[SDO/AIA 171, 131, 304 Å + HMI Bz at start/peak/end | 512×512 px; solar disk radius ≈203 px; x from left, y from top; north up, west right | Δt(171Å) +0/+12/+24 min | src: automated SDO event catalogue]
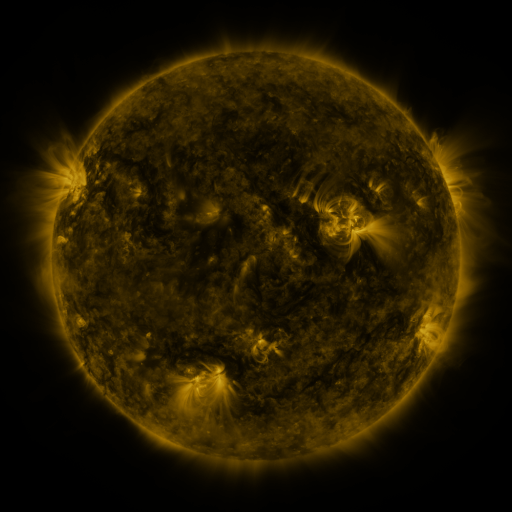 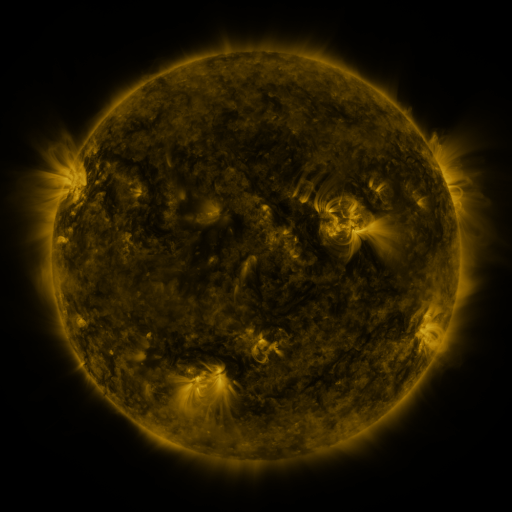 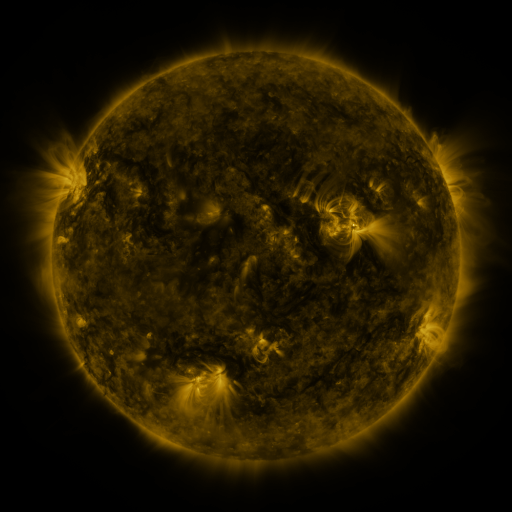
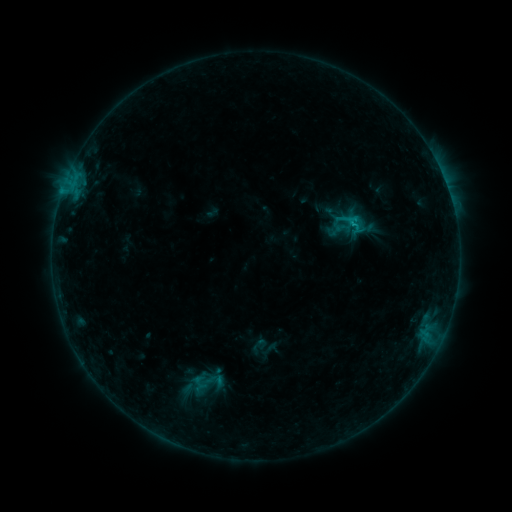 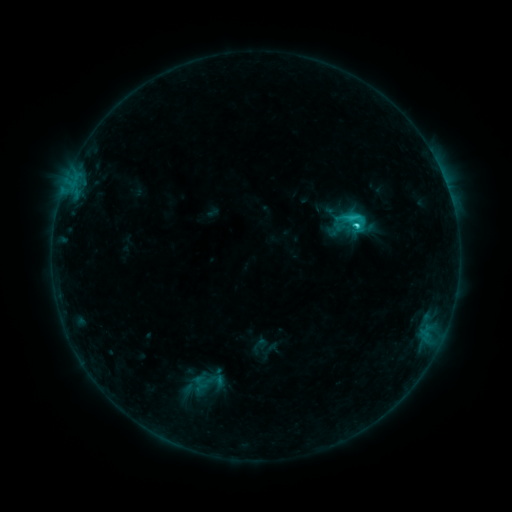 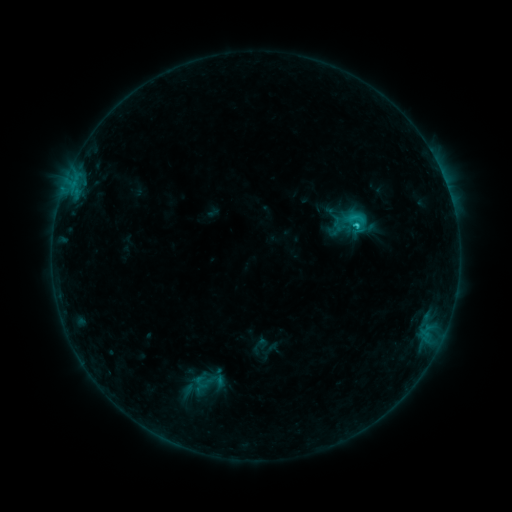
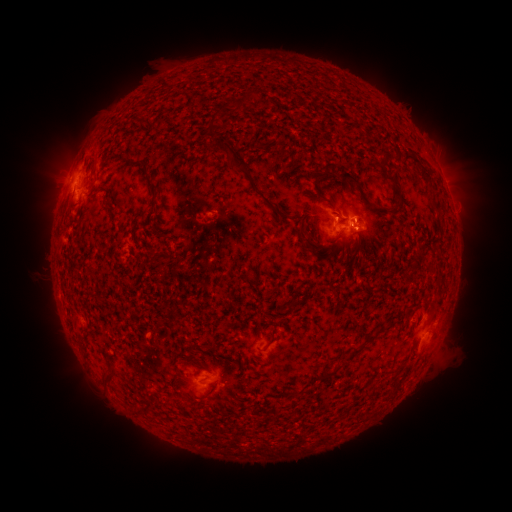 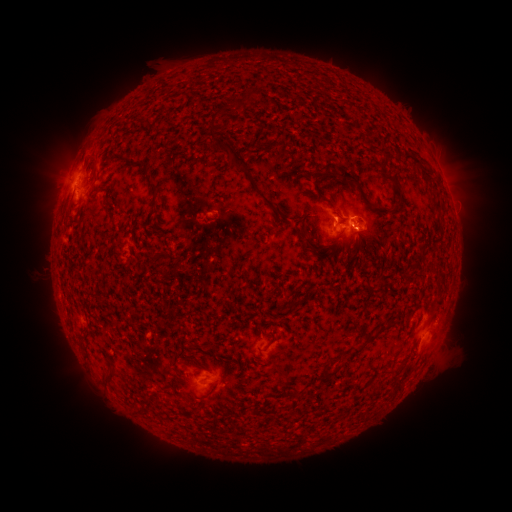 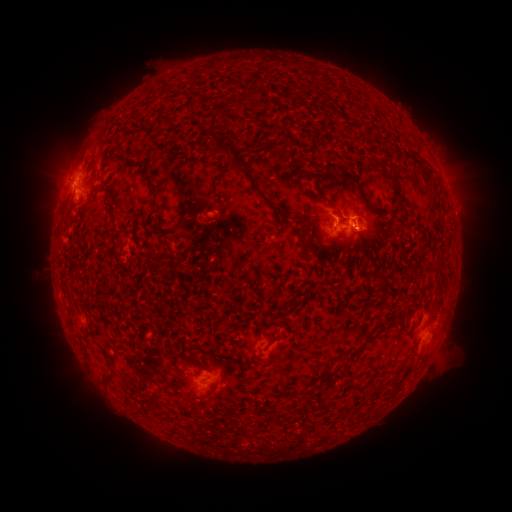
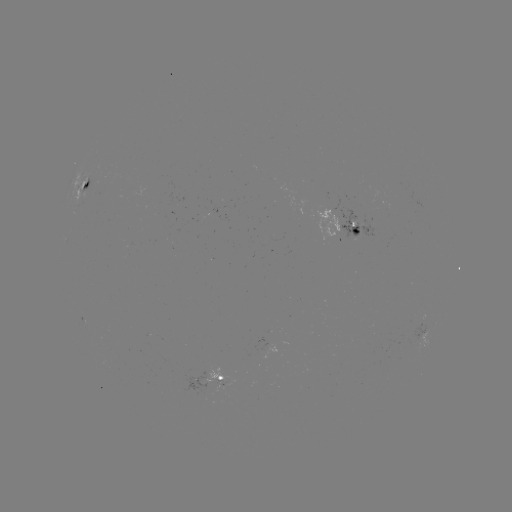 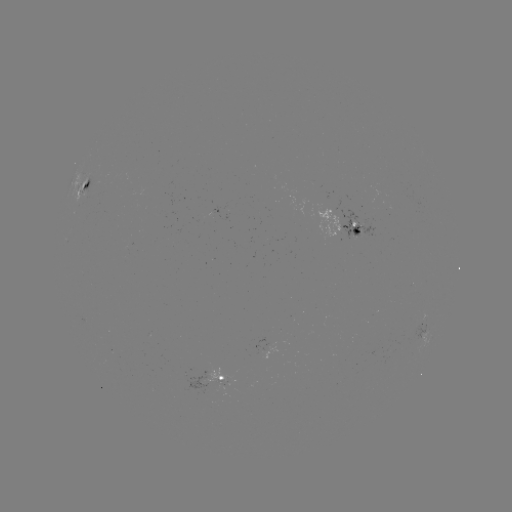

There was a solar flare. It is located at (354, 228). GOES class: C3.0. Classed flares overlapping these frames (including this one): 1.